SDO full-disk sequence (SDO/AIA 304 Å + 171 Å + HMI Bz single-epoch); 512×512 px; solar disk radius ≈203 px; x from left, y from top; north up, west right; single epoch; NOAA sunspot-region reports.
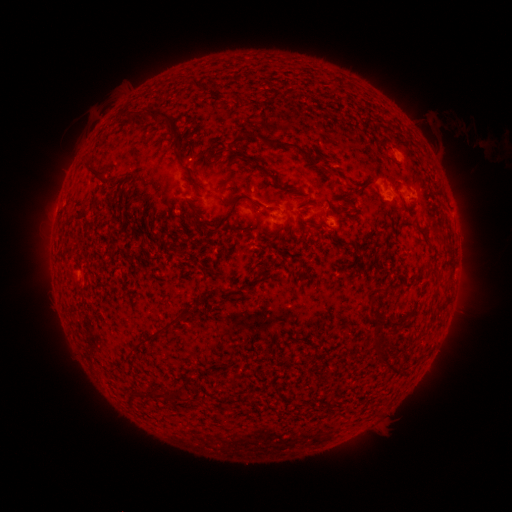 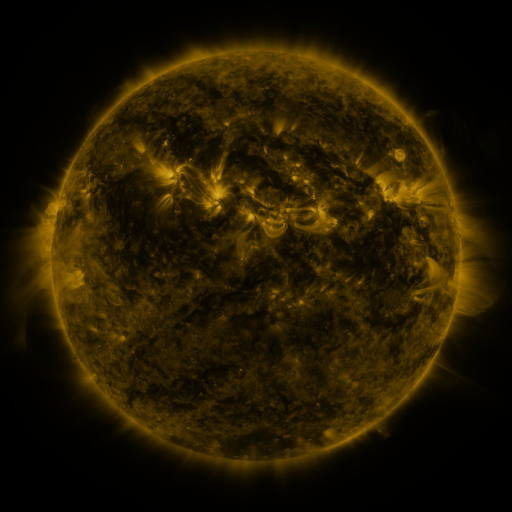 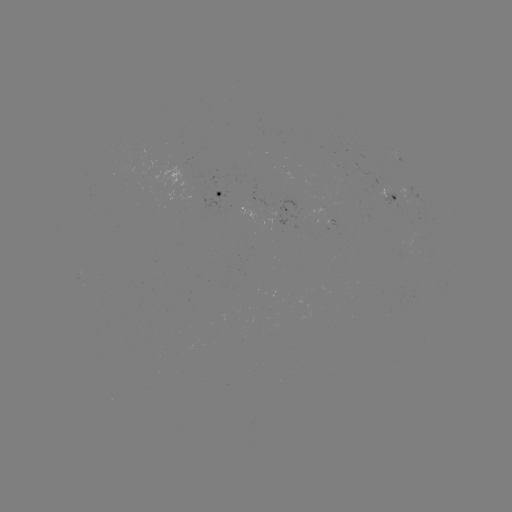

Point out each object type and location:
spotted active region: (400, 159)
spotted active region: (224, 192)
spotted active region: (389, 195)
spotted active region: (416, 195)
spotted active region: (291, 216)
